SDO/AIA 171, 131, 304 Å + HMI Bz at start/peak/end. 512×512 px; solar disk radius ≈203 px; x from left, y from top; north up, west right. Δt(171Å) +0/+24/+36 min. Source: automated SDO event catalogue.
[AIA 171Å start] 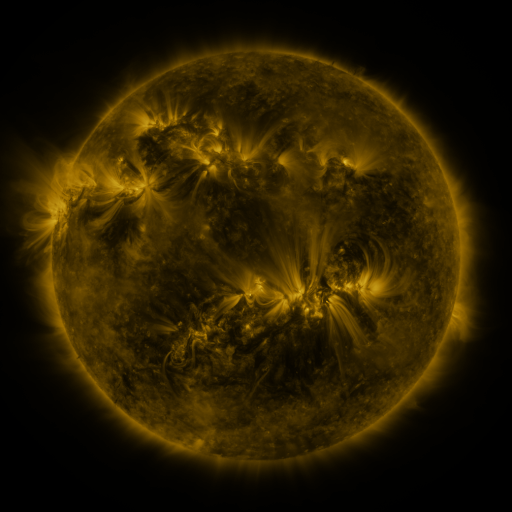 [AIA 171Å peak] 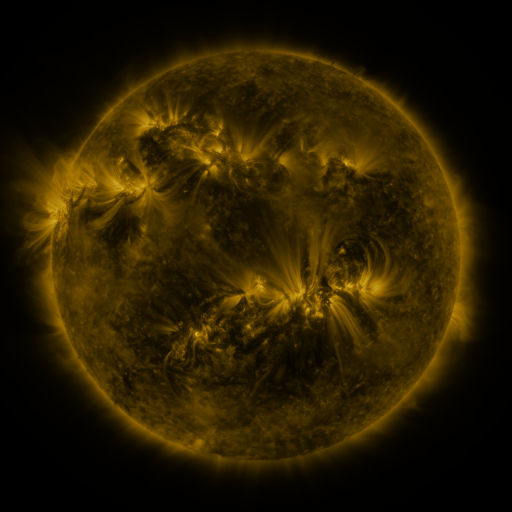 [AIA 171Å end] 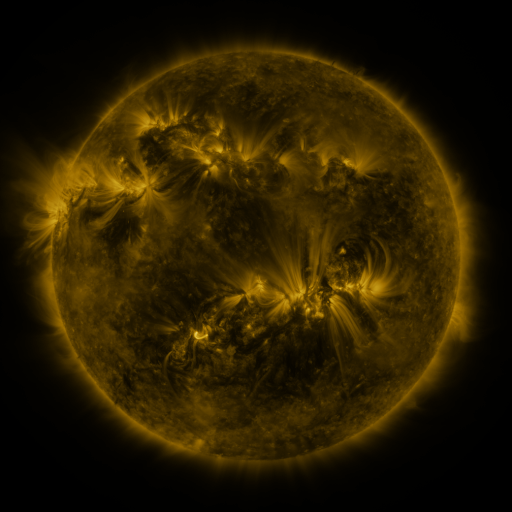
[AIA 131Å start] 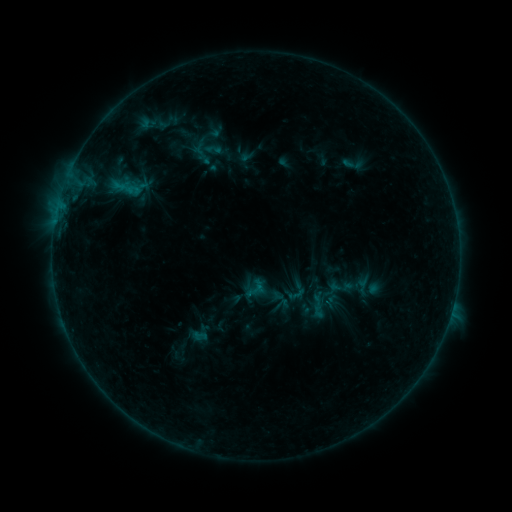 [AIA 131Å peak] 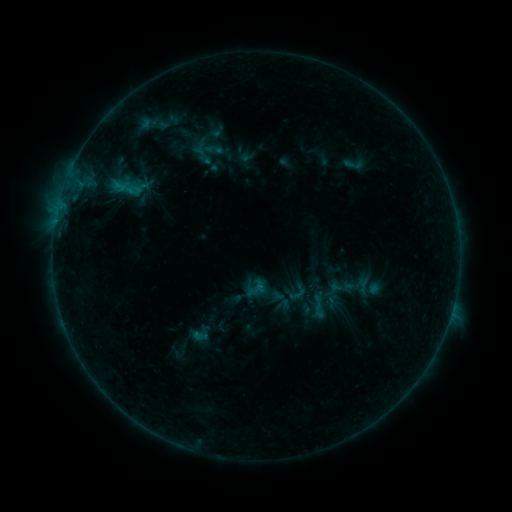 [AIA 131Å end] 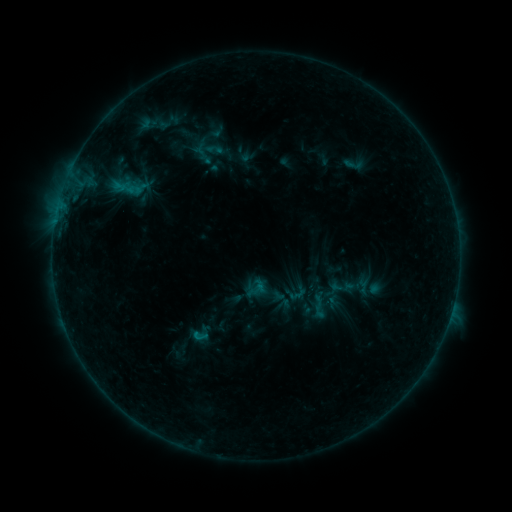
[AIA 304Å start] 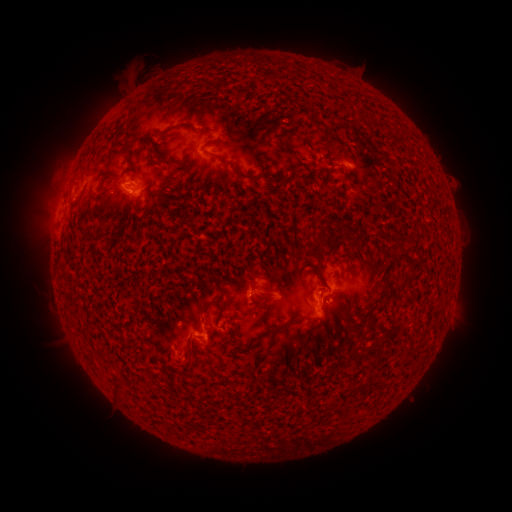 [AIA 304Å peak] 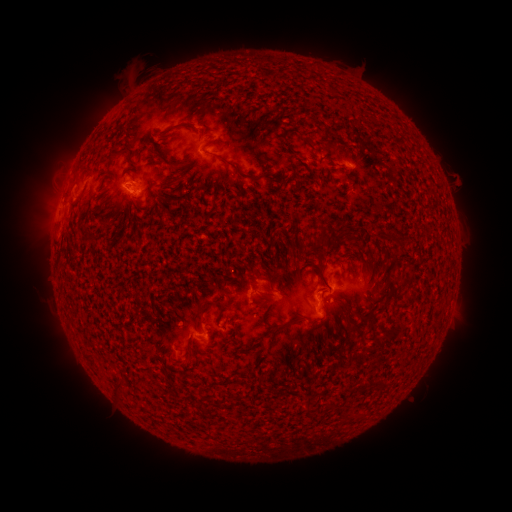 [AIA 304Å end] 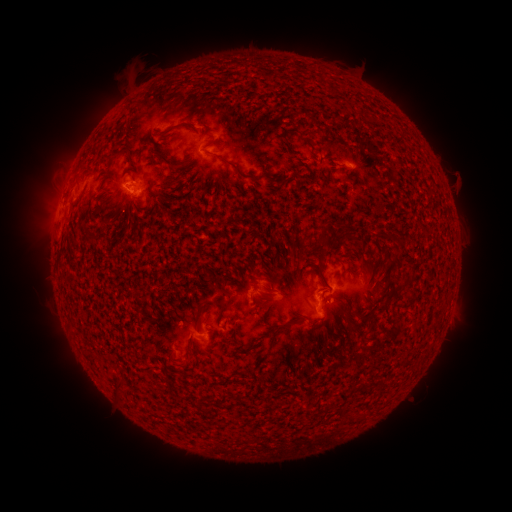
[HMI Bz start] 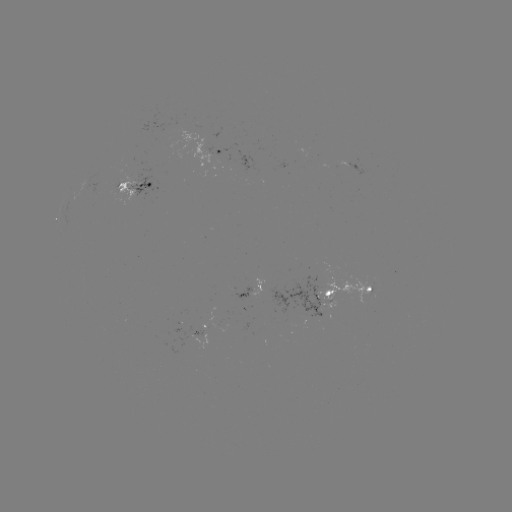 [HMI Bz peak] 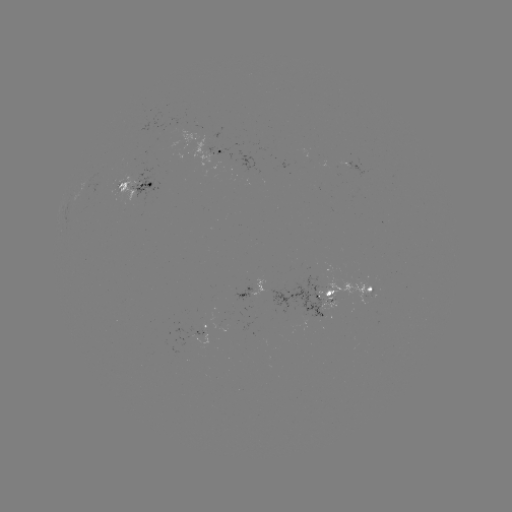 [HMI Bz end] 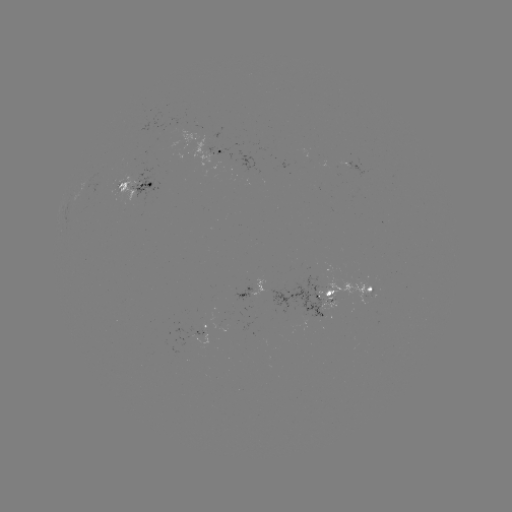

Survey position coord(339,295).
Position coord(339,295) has emerging-flux region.